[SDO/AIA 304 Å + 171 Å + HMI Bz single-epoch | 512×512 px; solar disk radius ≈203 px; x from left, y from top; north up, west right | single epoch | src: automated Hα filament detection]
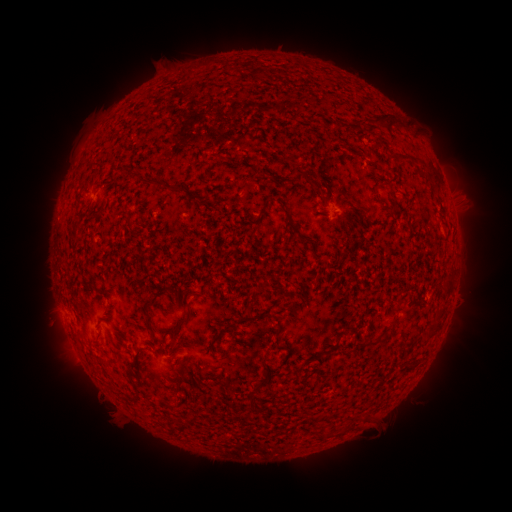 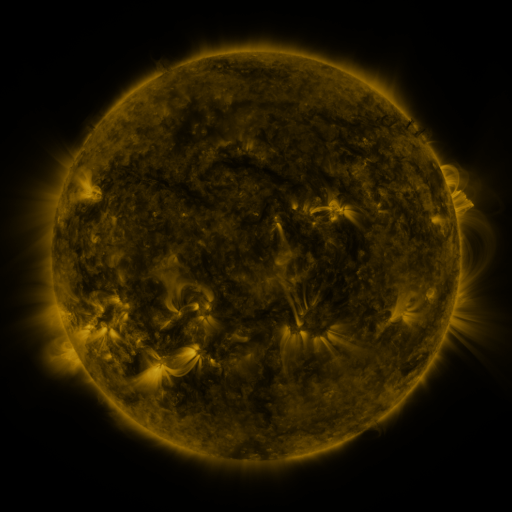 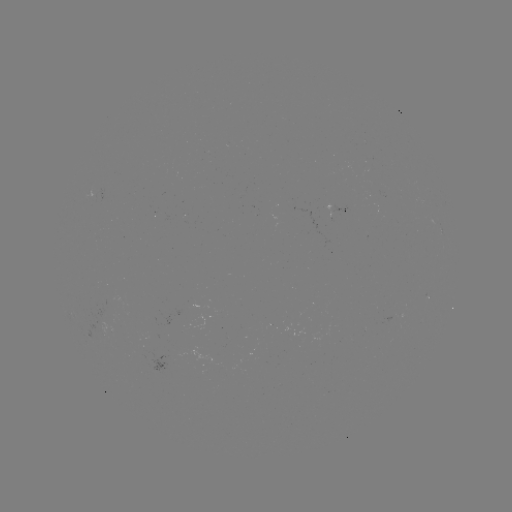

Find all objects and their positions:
filament: (383, 119)
filament: (394, 123)
filament: (399, 158)
filament: (300, 177)
filament: (151, 181)
filament: (177, 189)
filament: (363, 209)
filament: (291, 224)
filament: (149, 324)
filament: (176, 326)
